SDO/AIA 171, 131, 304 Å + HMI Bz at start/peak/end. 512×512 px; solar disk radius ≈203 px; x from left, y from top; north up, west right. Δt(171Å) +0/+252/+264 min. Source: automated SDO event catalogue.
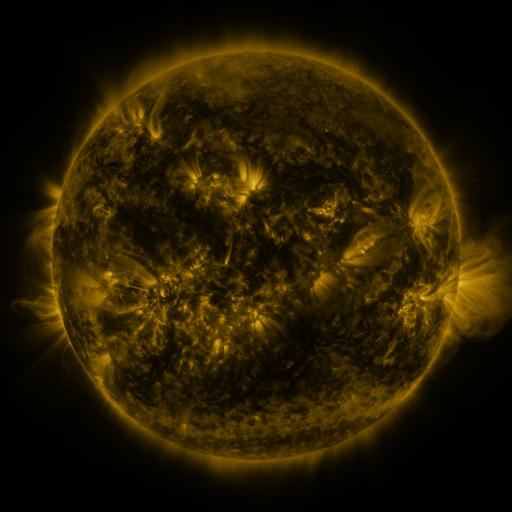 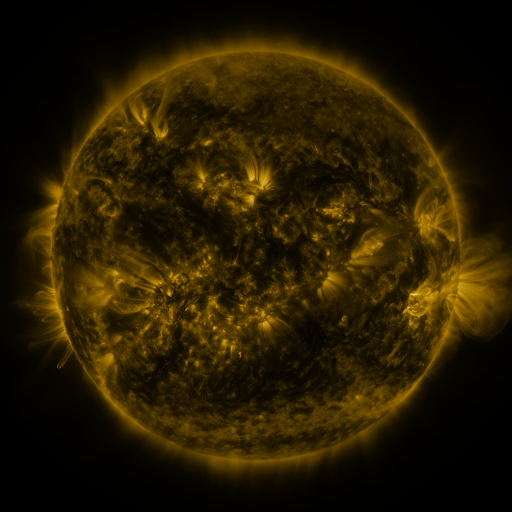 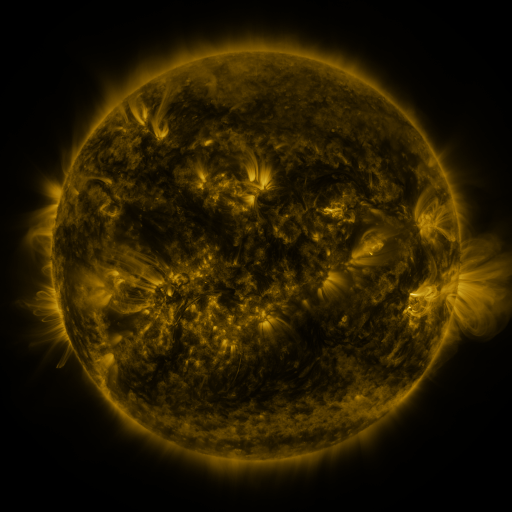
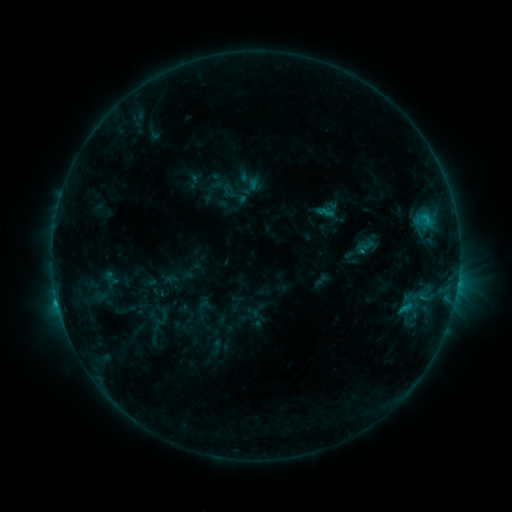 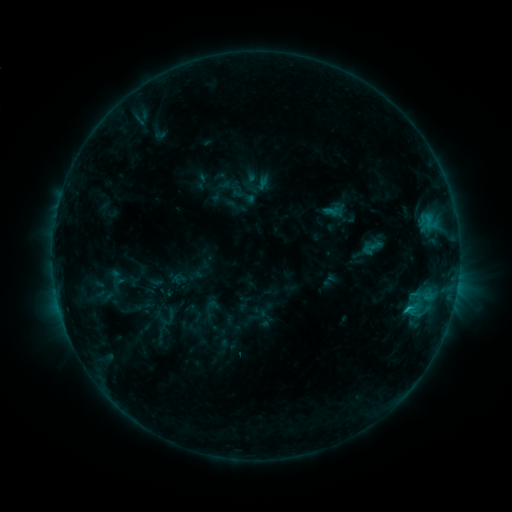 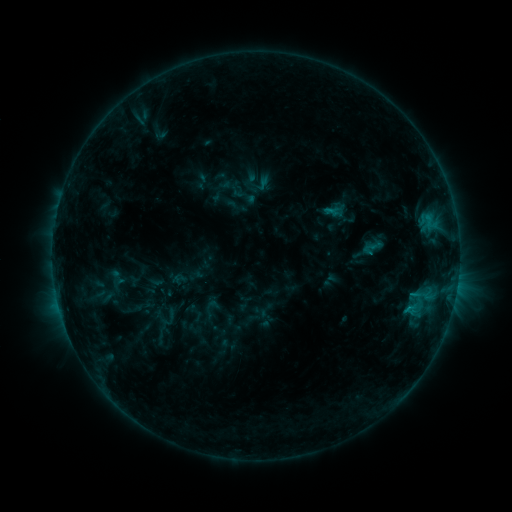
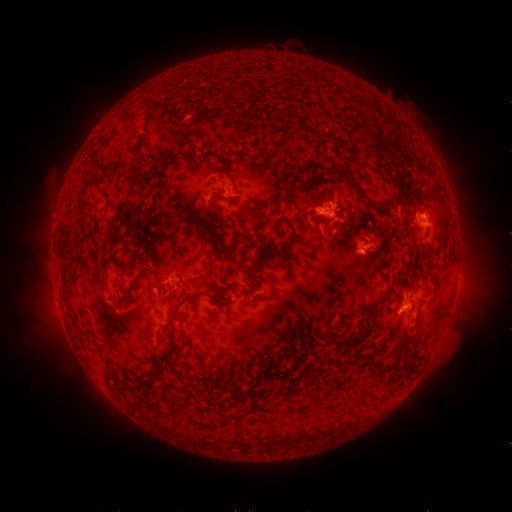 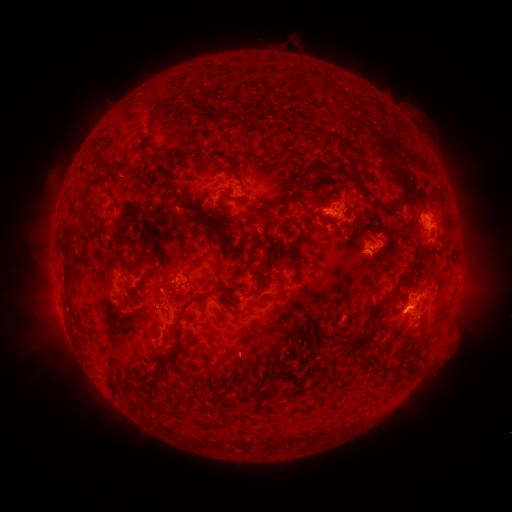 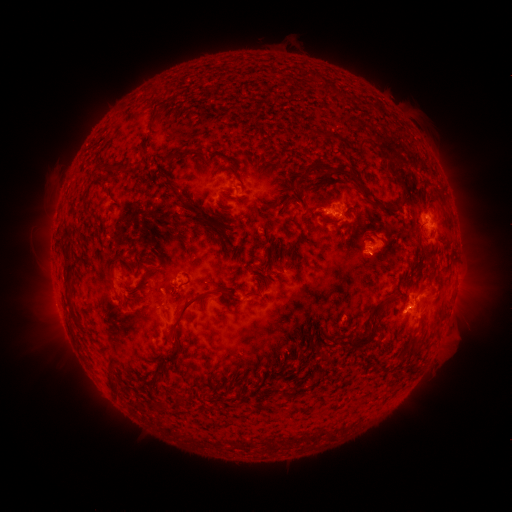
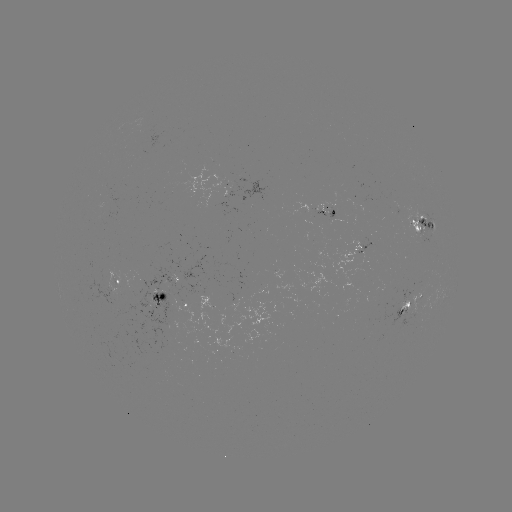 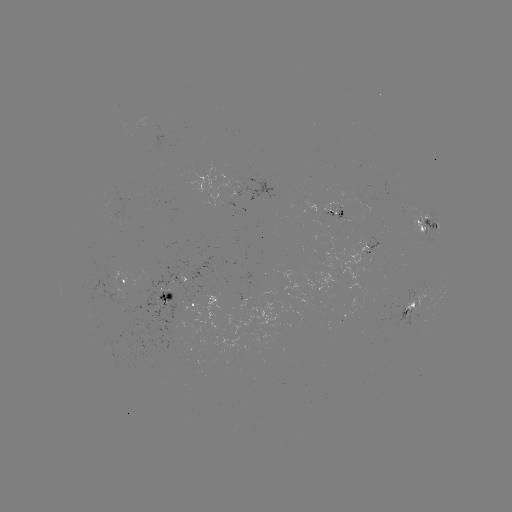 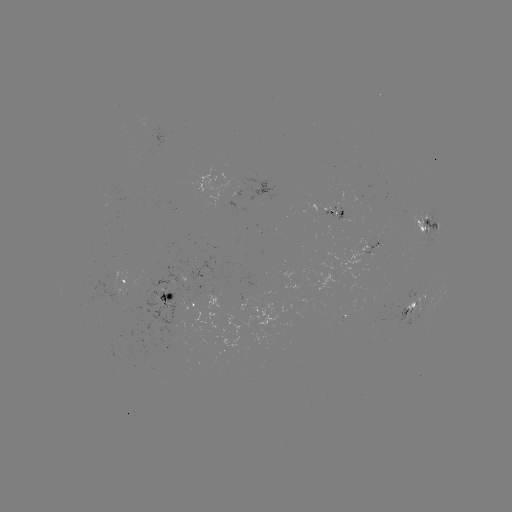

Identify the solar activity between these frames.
emerging-flux region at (405, 306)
